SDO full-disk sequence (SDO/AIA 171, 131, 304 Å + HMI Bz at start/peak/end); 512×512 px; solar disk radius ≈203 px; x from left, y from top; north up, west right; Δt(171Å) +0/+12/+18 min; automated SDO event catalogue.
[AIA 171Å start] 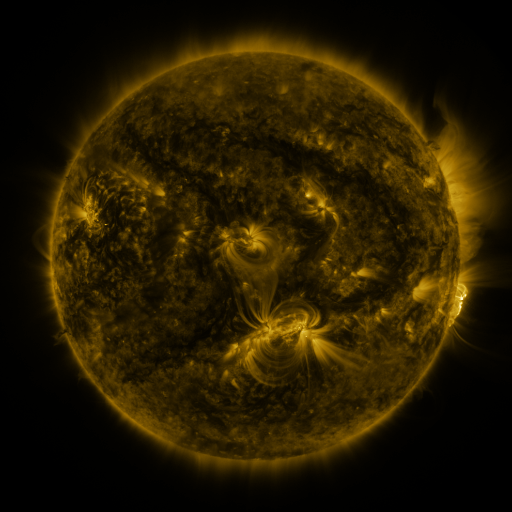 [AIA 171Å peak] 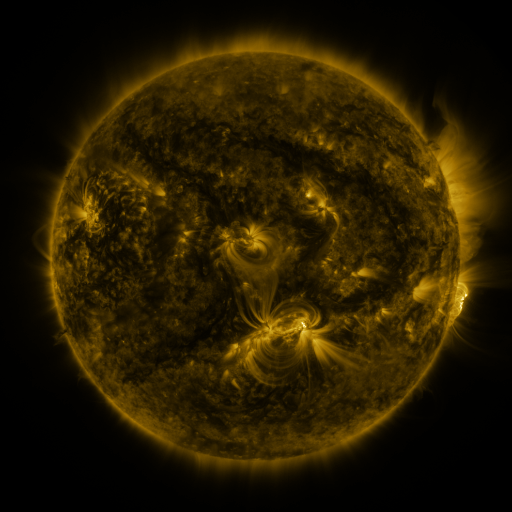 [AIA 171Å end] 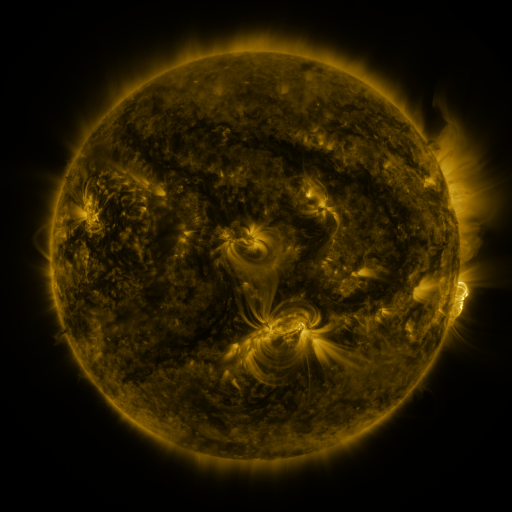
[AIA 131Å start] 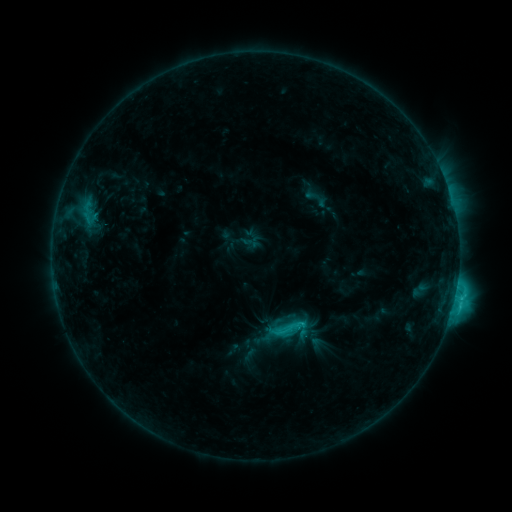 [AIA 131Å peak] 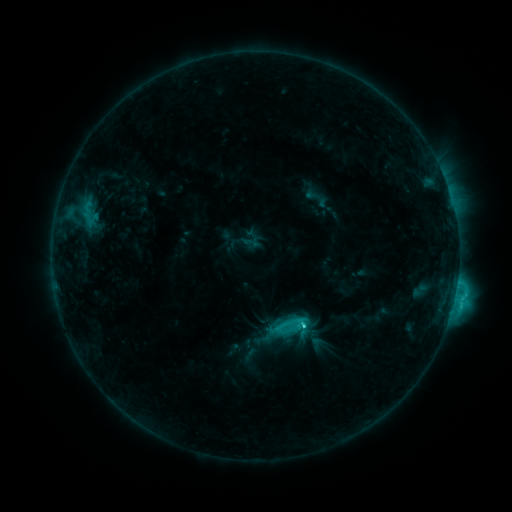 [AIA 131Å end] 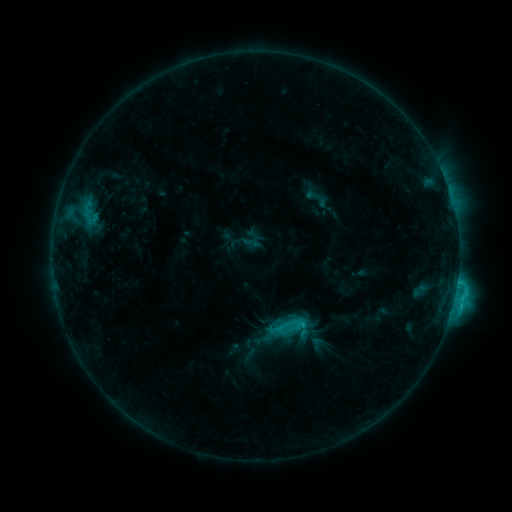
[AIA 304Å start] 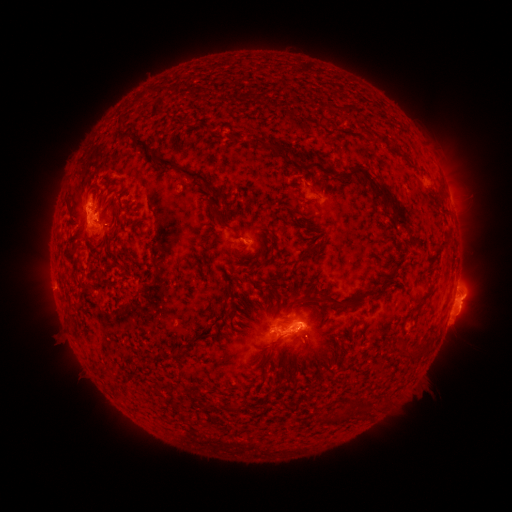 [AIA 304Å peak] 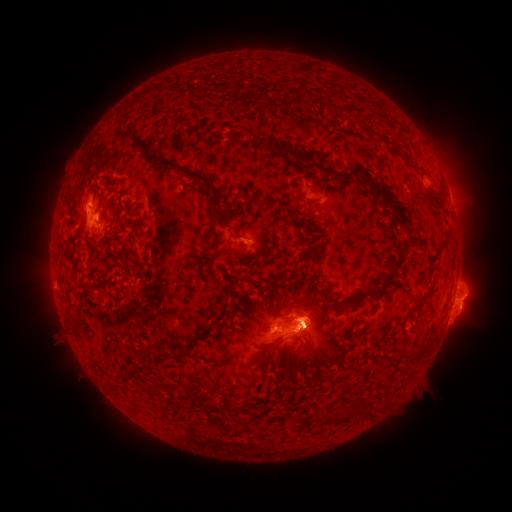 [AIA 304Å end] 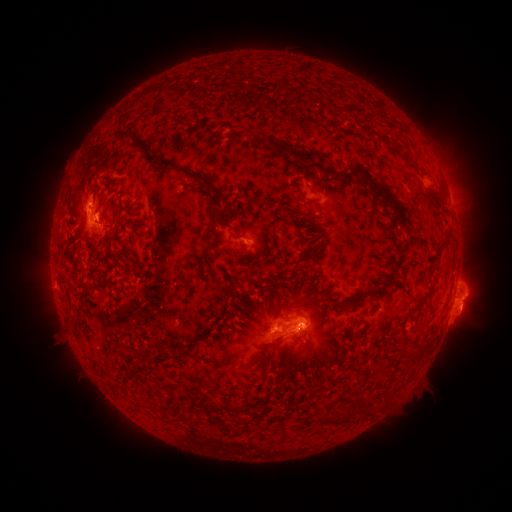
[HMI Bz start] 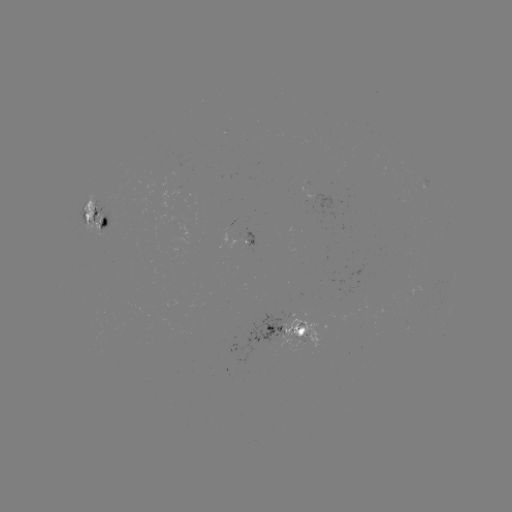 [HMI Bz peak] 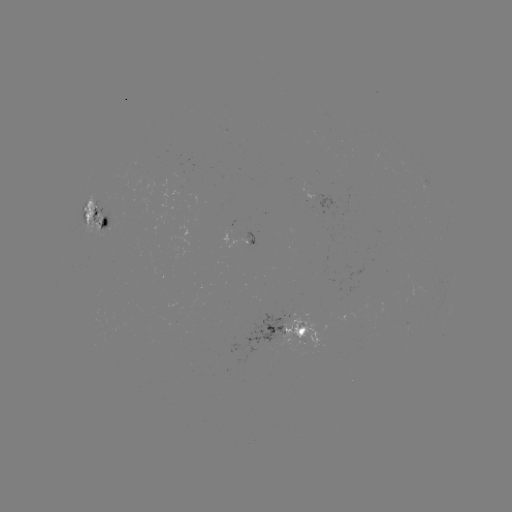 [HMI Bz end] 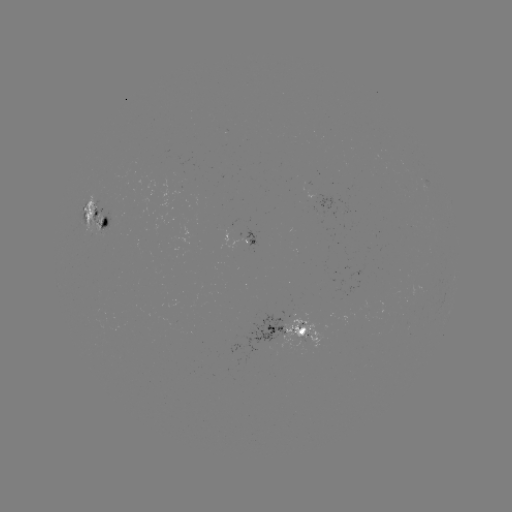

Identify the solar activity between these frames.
eruption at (307, 315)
